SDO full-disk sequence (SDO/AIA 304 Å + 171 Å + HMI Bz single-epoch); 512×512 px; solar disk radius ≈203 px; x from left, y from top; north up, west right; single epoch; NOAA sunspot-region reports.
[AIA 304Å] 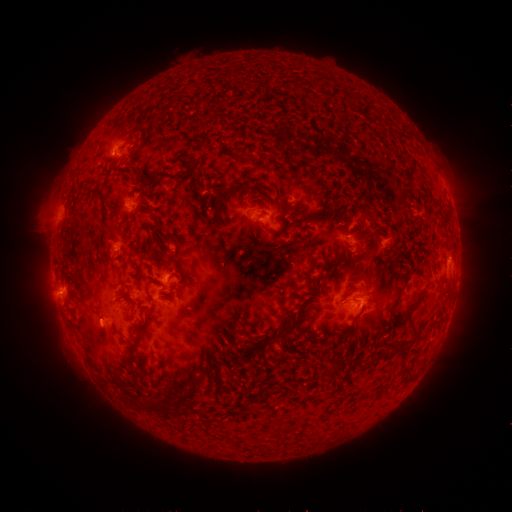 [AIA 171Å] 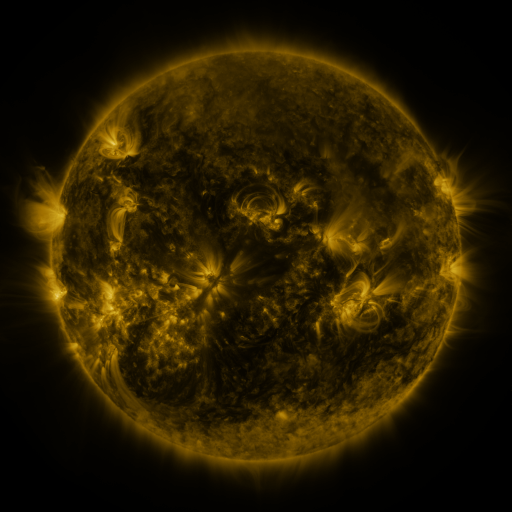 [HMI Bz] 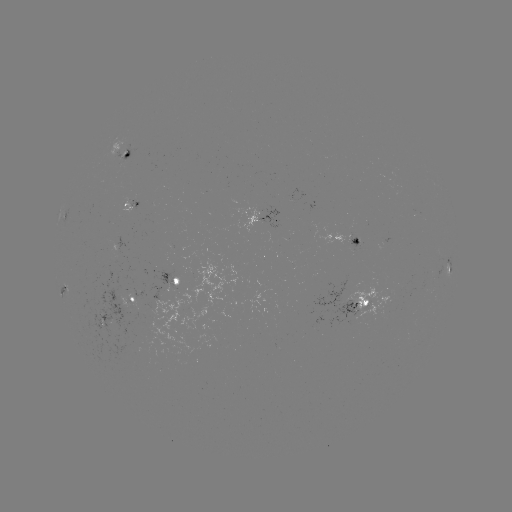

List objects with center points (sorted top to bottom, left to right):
spotted active region: (124, 152)
spotted active region: (263, 217)
spotted active region: (348, 239)
spotted active region: (449, 269)
spotted active region: (177, 281)
spotted active region: (126, 306)
spotted active region: (360, 306)
